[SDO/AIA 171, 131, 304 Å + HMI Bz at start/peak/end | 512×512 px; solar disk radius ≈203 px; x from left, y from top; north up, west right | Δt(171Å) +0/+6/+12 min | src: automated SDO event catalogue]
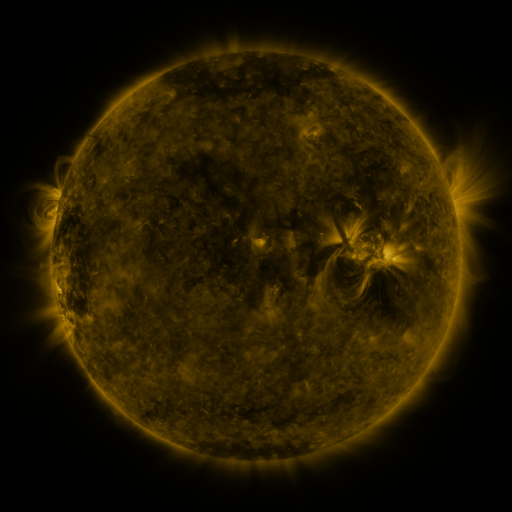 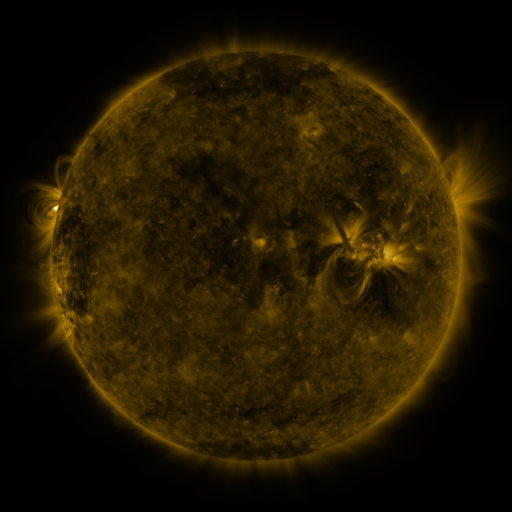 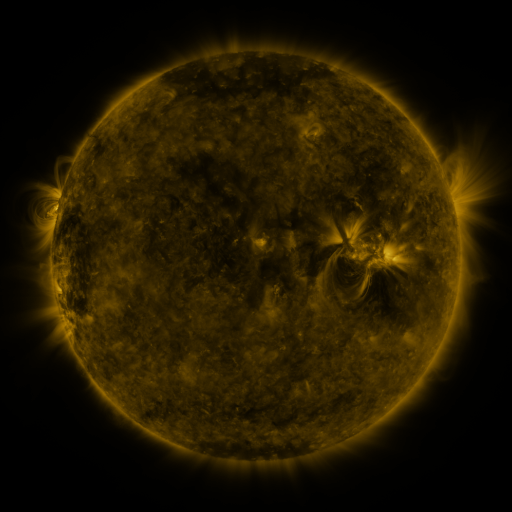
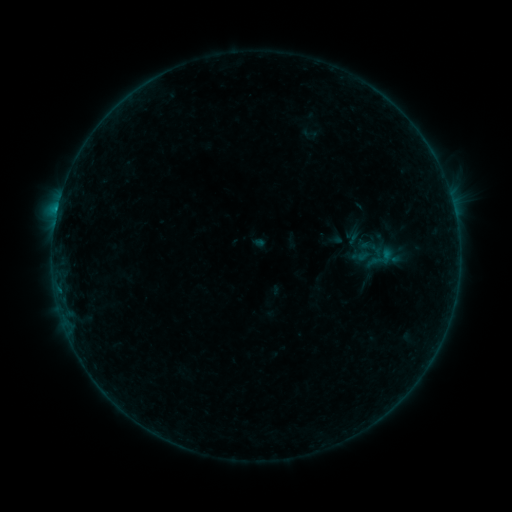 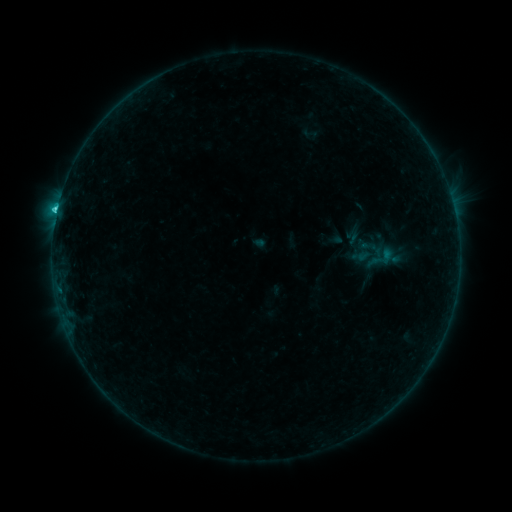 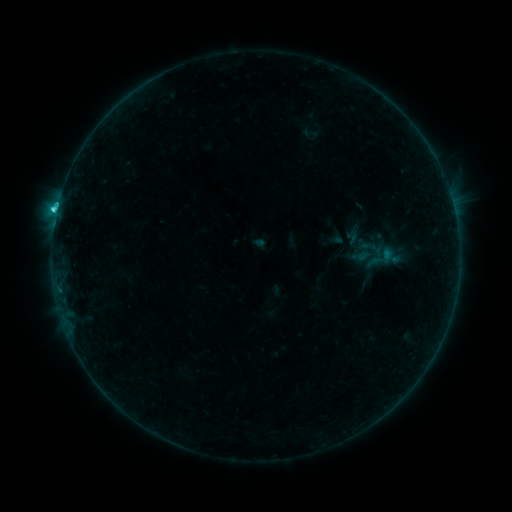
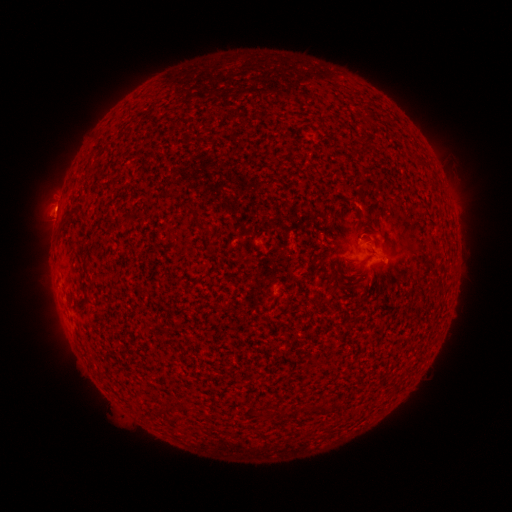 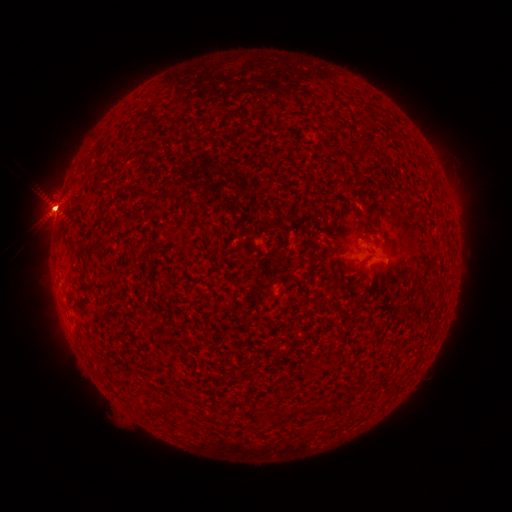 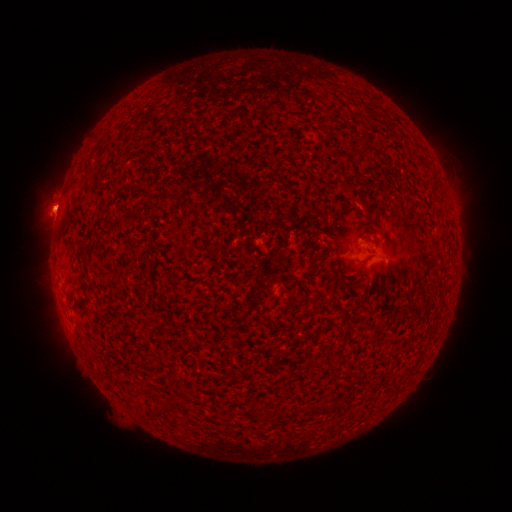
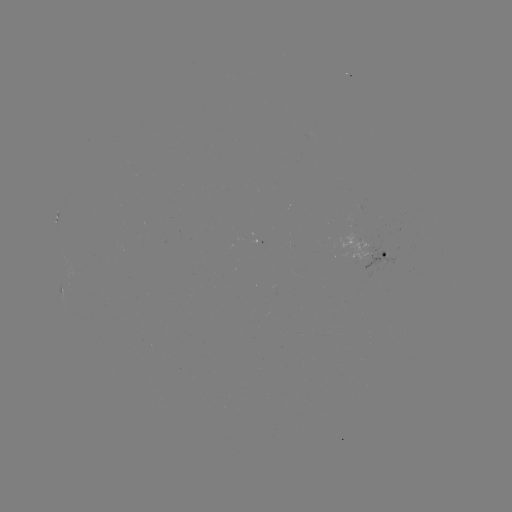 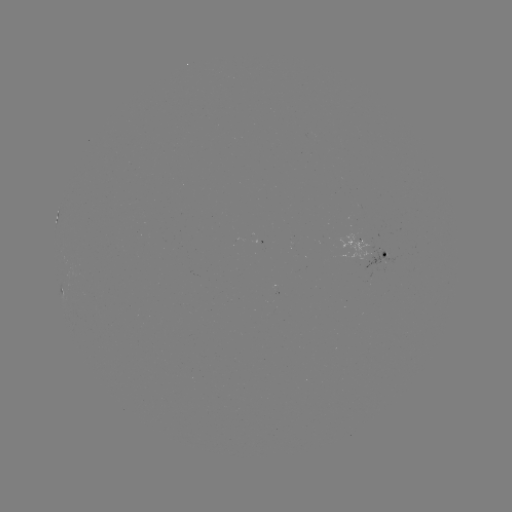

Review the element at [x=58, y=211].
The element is C2.8 flare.